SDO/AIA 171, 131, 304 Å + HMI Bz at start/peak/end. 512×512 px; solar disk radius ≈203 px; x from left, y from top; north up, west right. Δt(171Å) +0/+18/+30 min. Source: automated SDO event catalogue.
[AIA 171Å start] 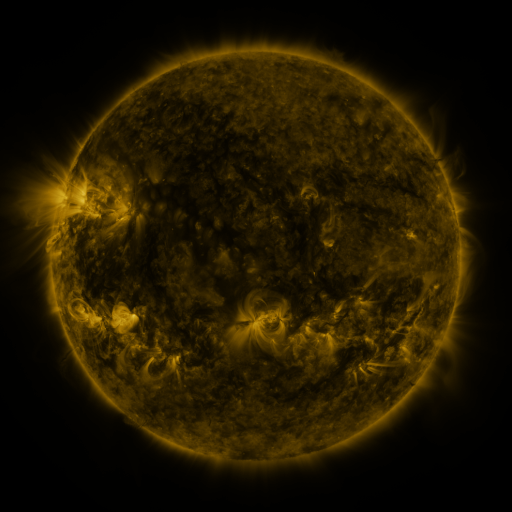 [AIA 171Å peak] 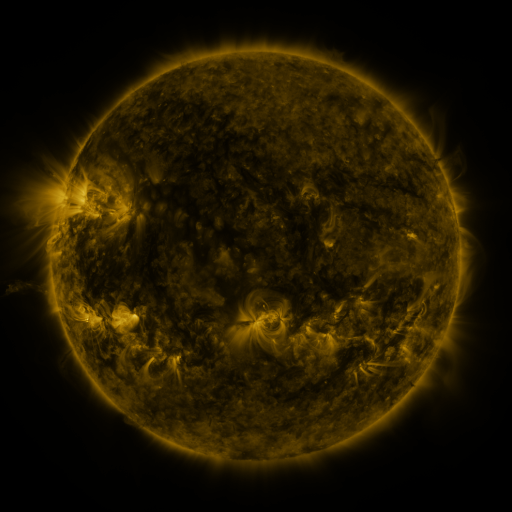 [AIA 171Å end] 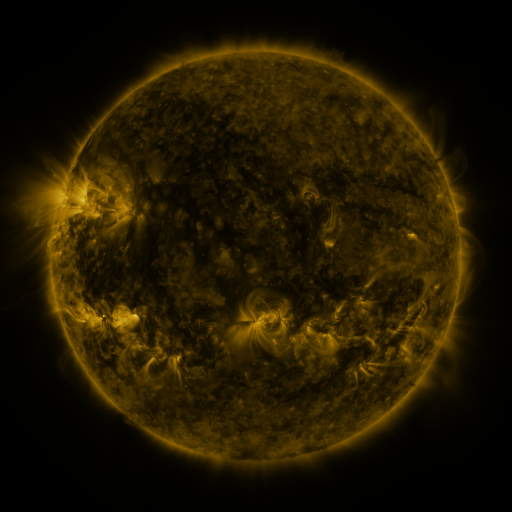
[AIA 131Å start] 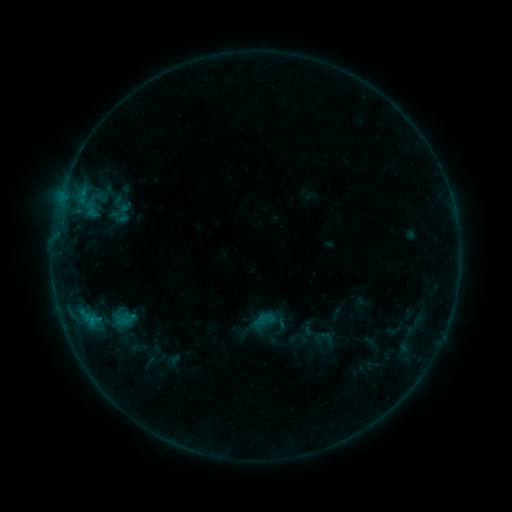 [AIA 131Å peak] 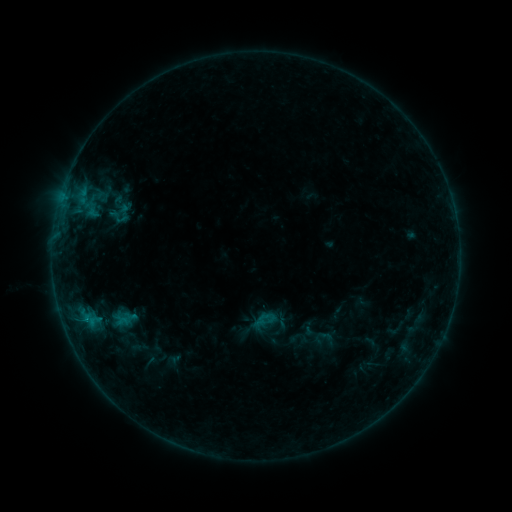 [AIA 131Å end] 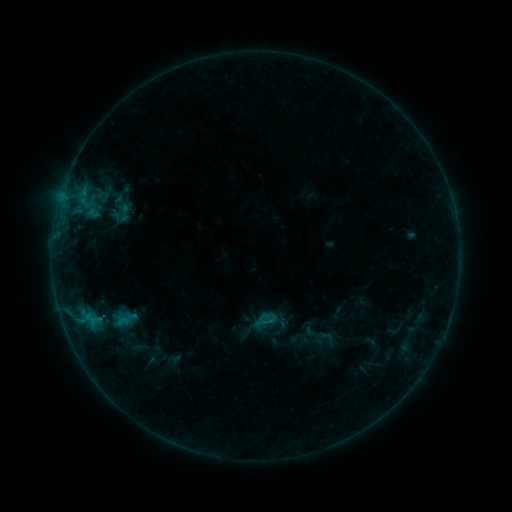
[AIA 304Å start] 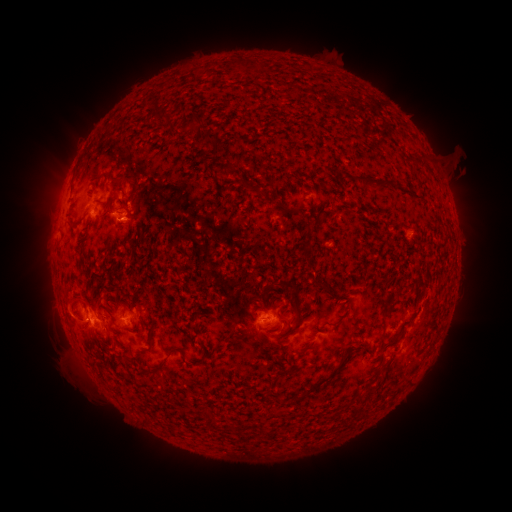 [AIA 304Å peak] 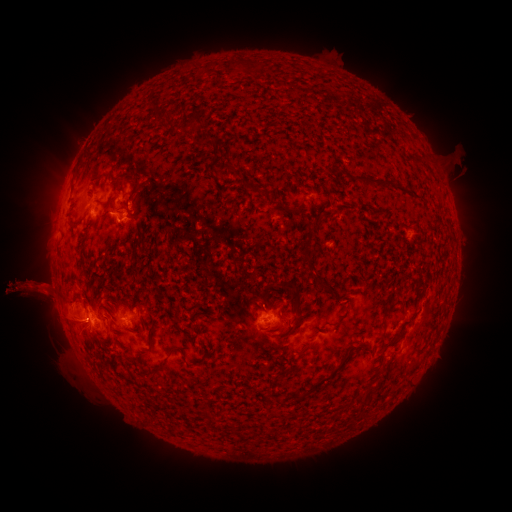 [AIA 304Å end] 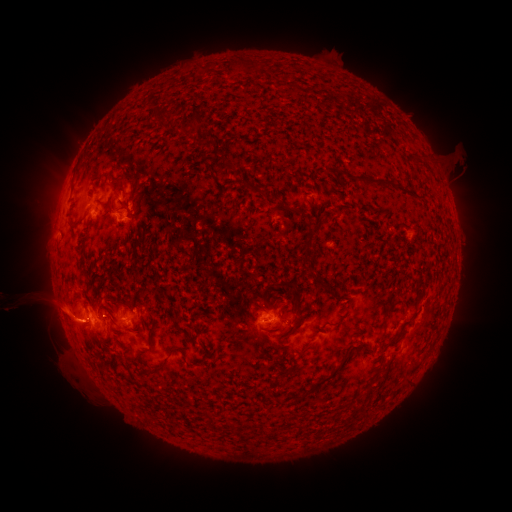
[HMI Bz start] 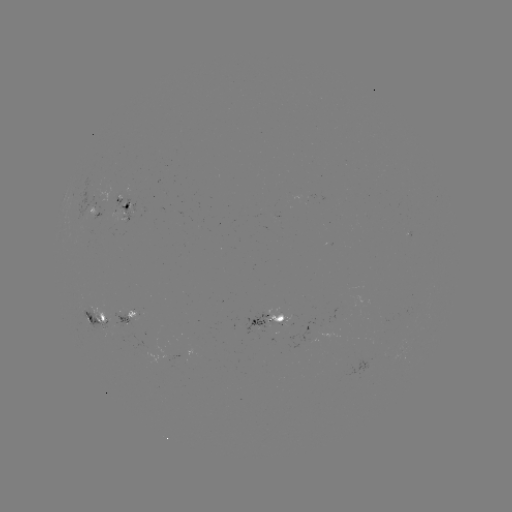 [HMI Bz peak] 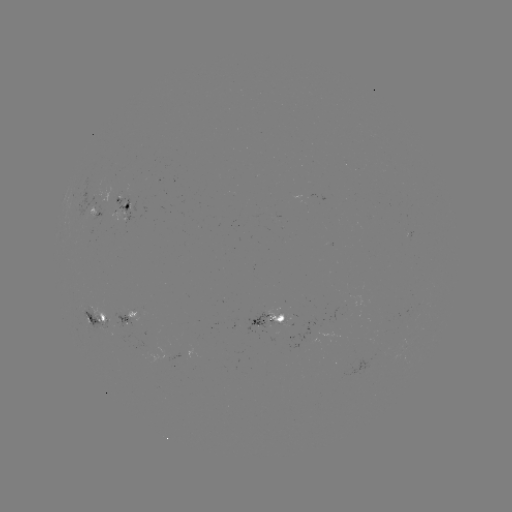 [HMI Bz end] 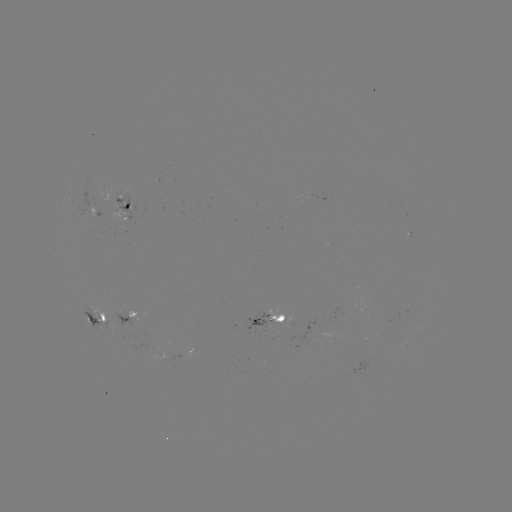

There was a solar eruption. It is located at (33, 291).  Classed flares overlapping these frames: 1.